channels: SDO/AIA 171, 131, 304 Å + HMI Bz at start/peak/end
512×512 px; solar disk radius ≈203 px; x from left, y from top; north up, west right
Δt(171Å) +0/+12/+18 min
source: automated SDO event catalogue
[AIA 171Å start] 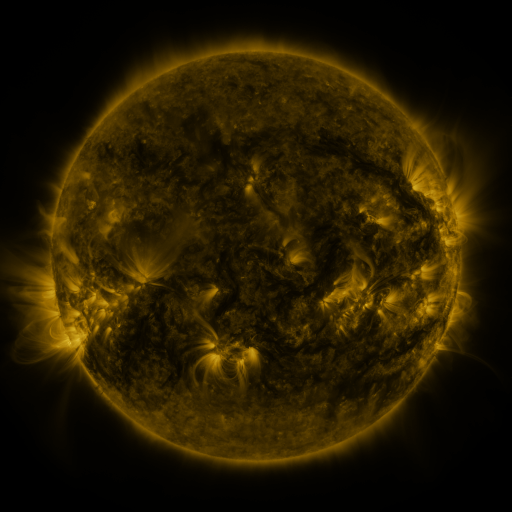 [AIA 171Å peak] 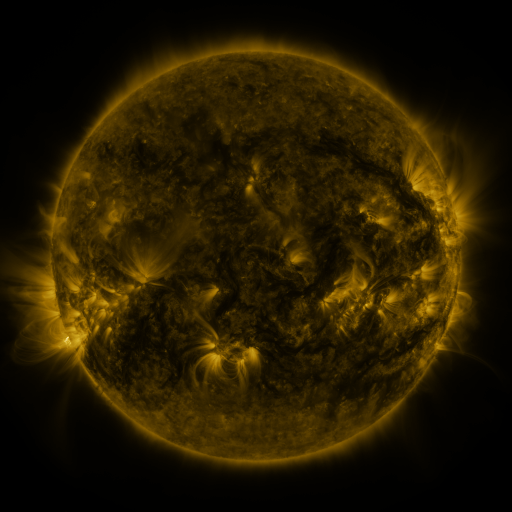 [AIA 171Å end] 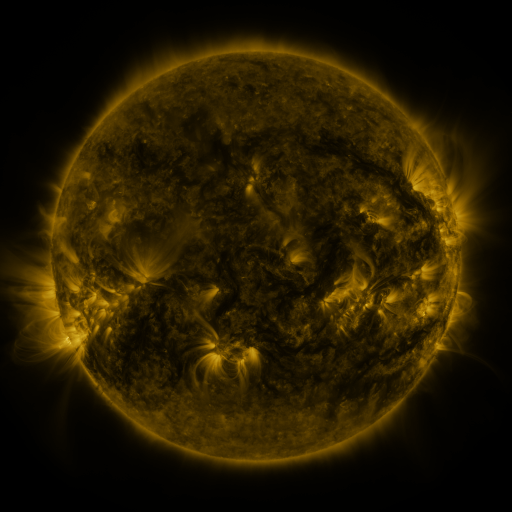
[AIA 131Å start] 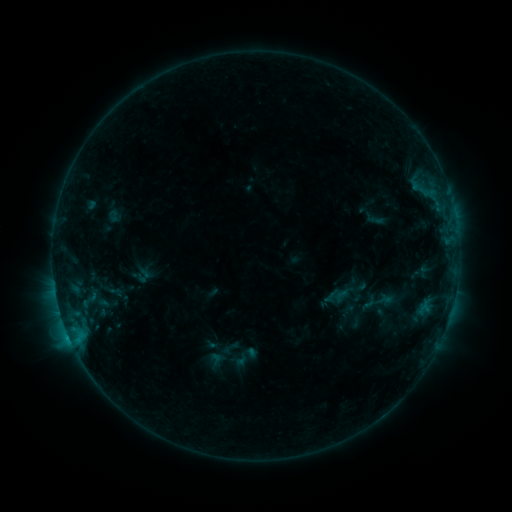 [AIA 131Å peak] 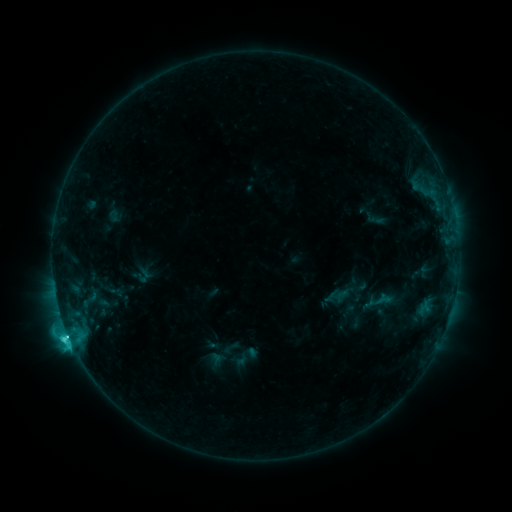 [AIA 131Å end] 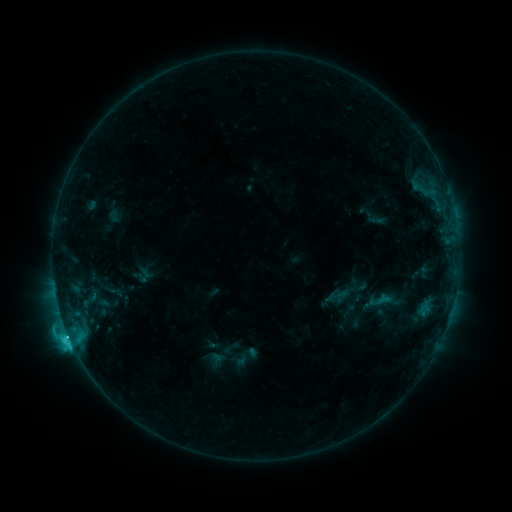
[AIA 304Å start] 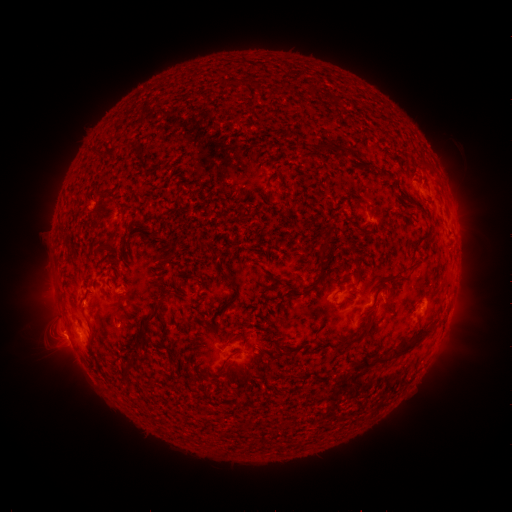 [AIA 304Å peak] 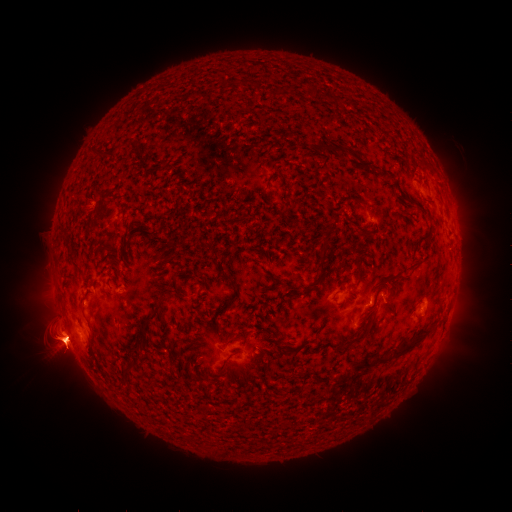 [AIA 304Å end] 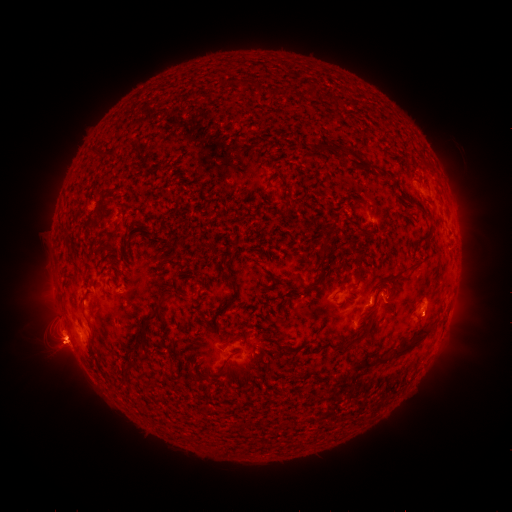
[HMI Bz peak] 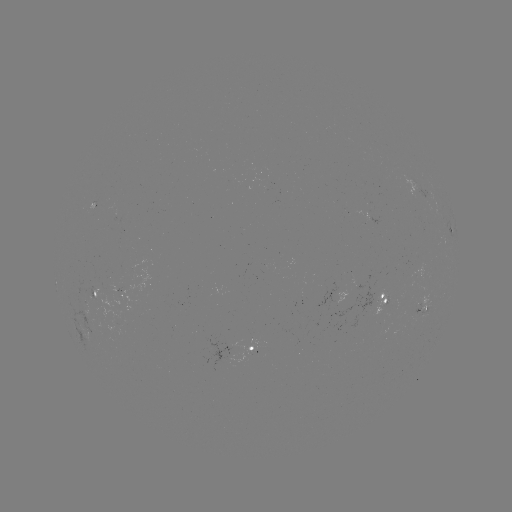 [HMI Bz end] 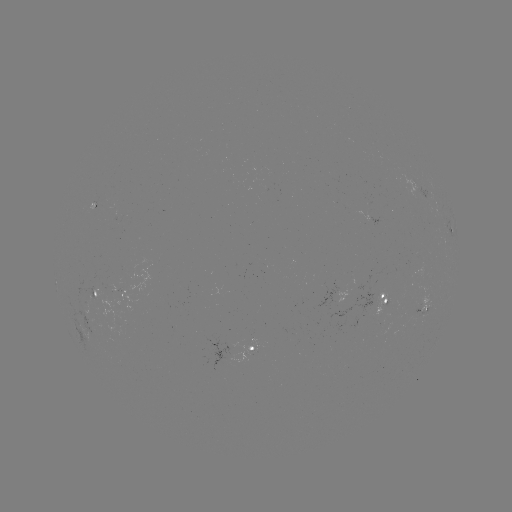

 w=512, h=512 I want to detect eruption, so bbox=[0, 236, 159, 417].